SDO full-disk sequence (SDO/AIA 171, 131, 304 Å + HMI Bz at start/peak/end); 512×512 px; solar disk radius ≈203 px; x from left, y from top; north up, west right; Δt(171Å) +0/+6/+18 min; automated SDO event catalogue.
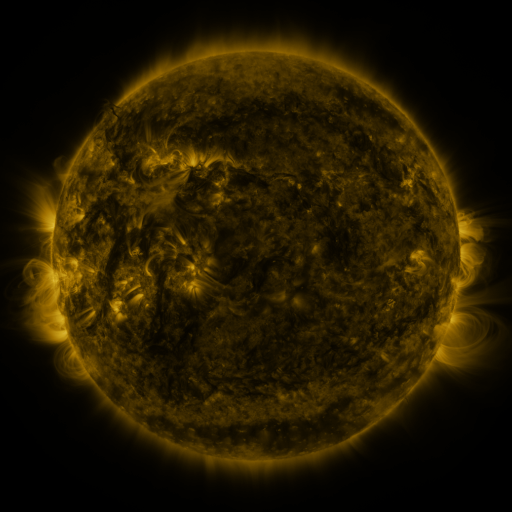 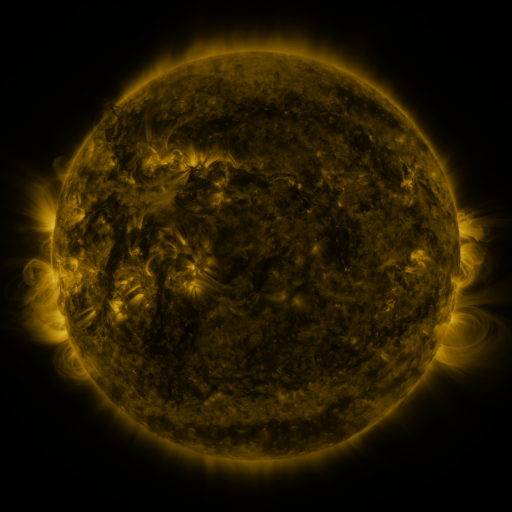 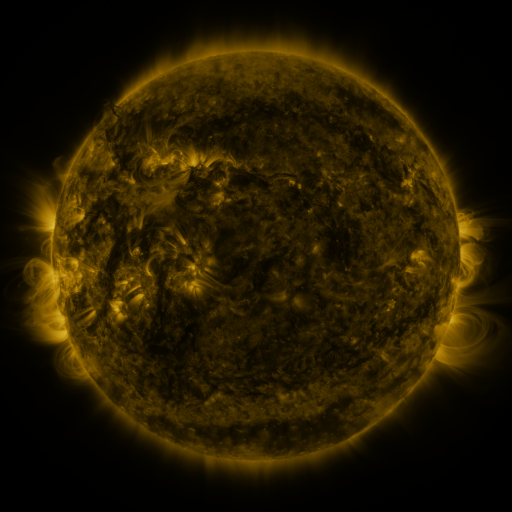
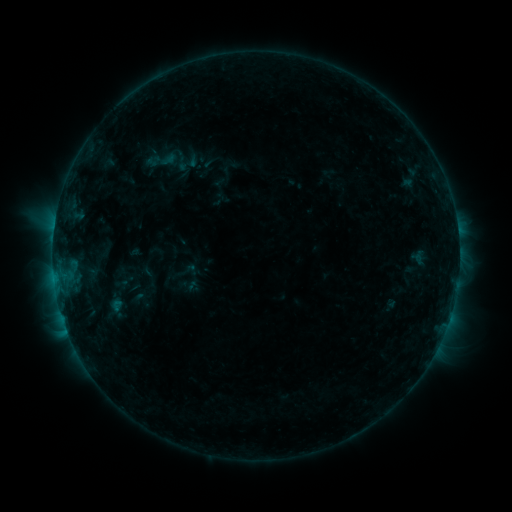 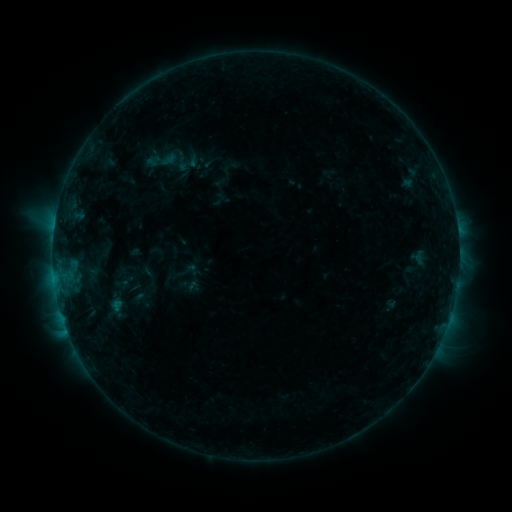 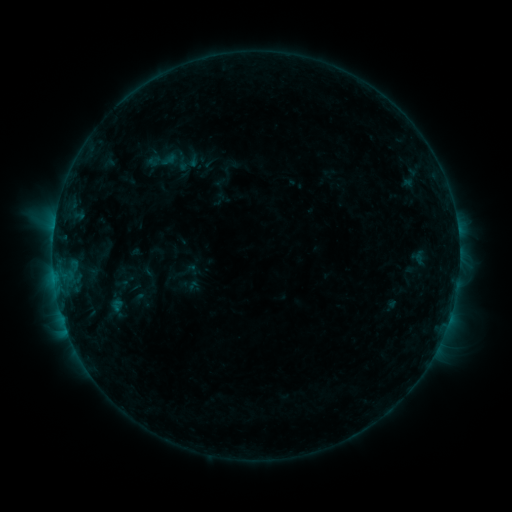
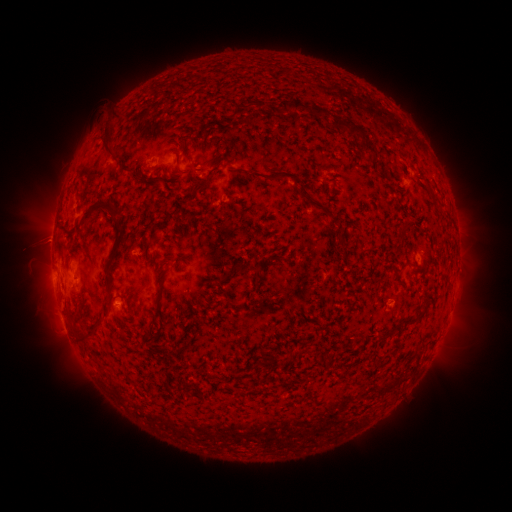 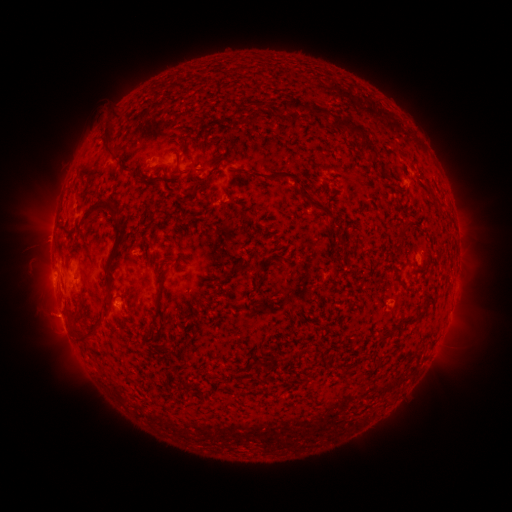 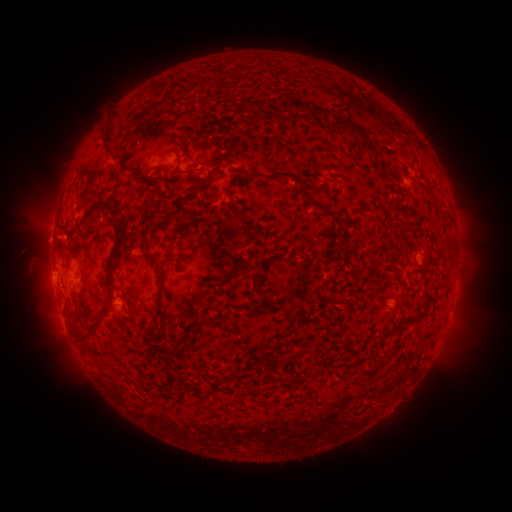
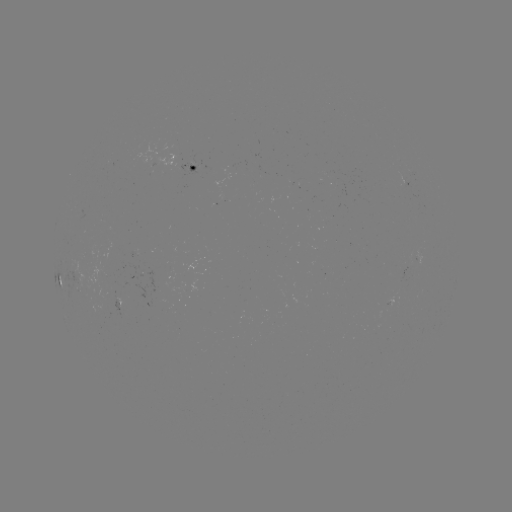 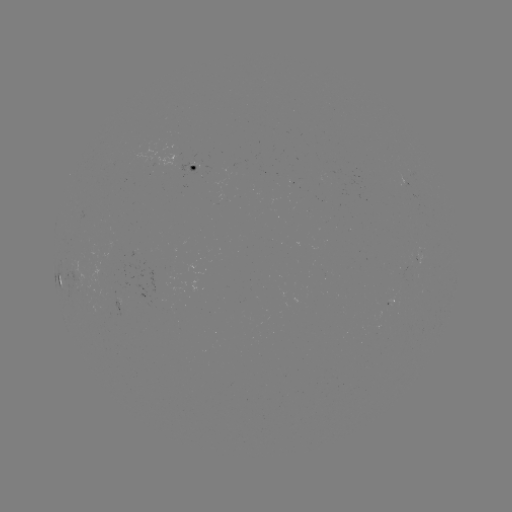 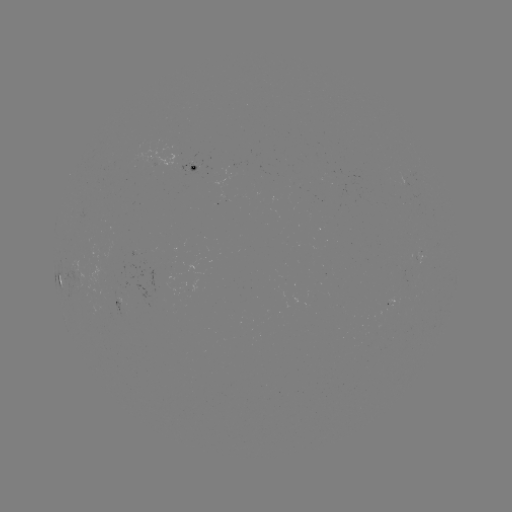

nothing was catalogued: no classed flare, no EUV trigger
